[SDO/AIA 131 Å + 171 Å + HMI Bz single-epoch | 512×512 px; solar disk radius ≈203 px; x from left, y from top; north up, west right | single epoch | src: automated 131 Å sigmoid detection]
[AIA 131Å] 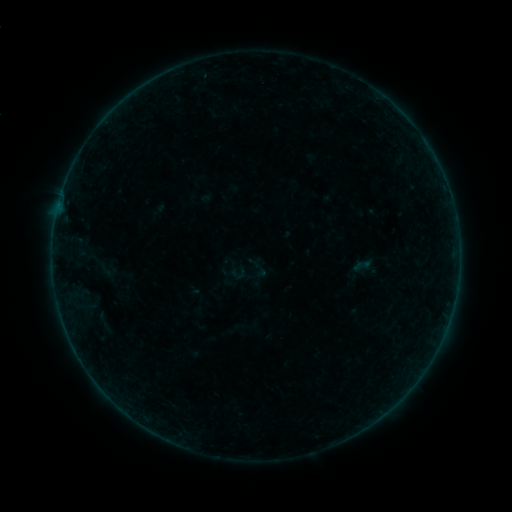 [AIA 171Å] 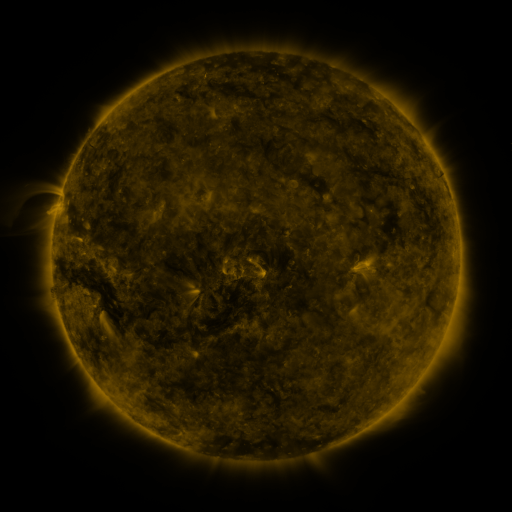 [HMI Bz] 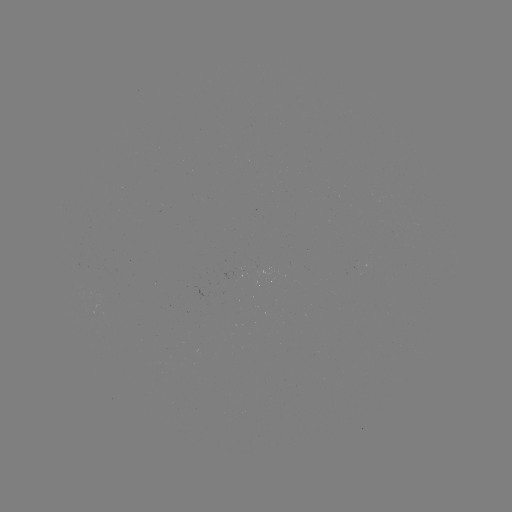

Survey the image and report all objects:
sigmoid: (105, 270)
sigmoid: (258, 270)
sigmoid: (238, 273)
